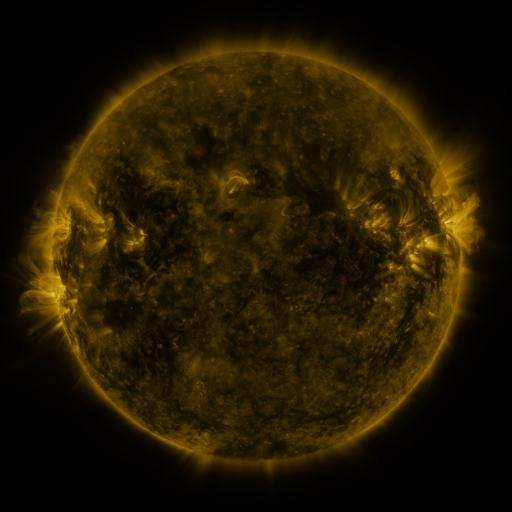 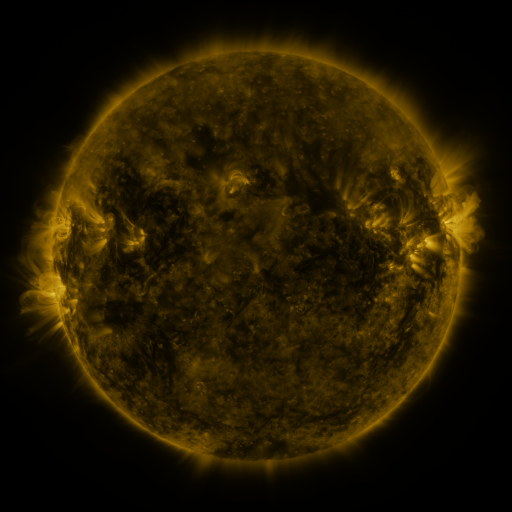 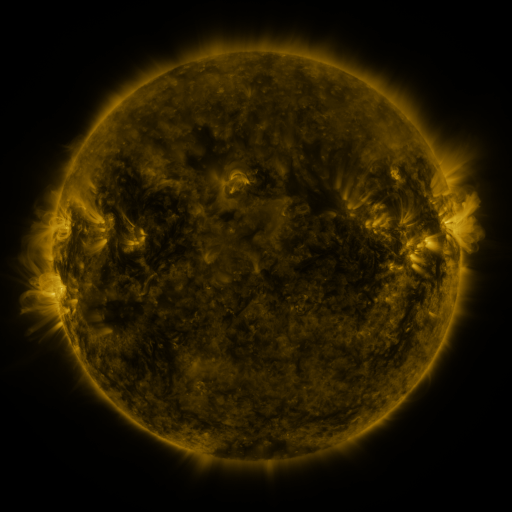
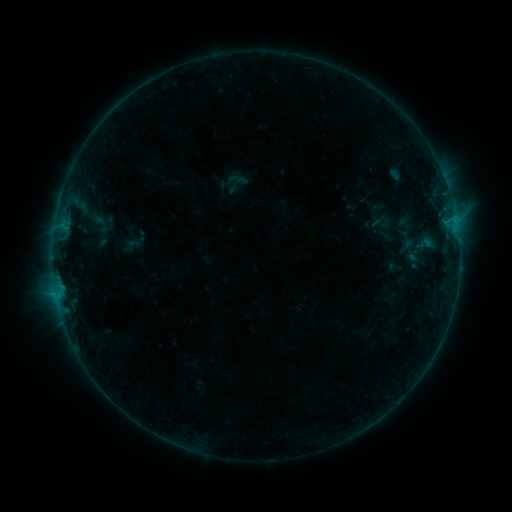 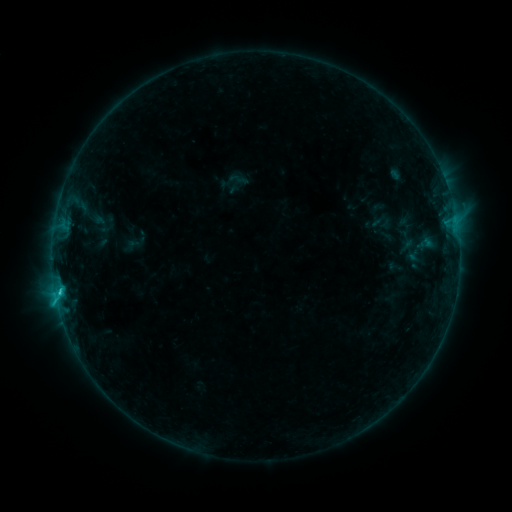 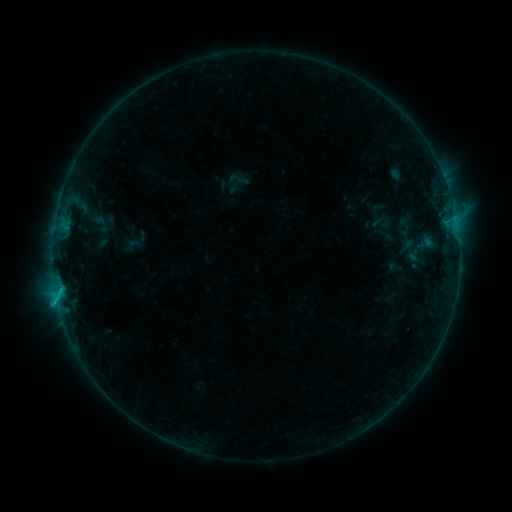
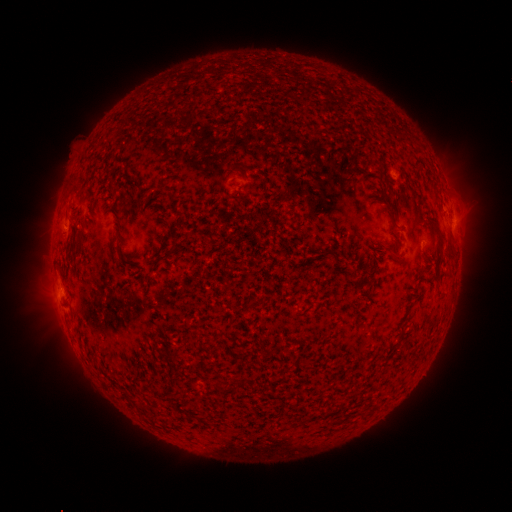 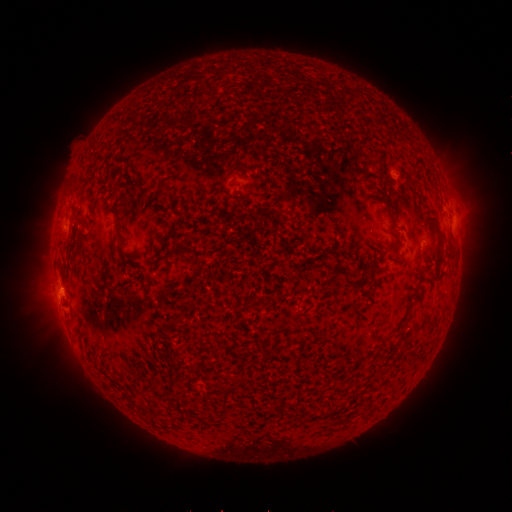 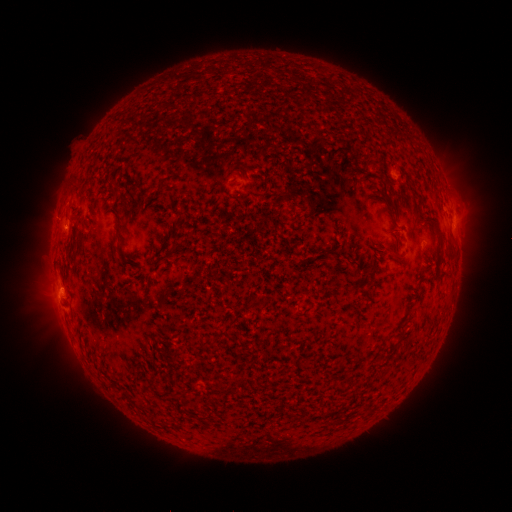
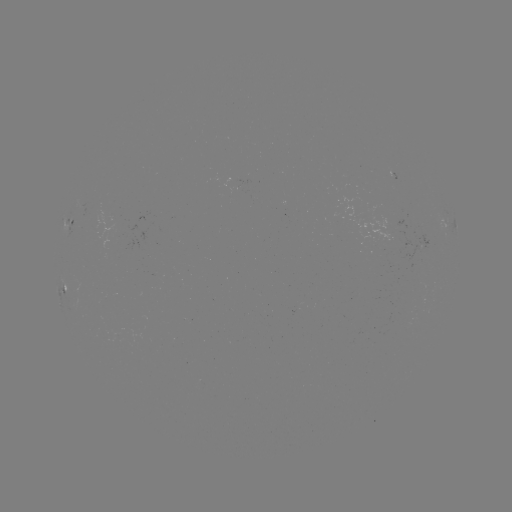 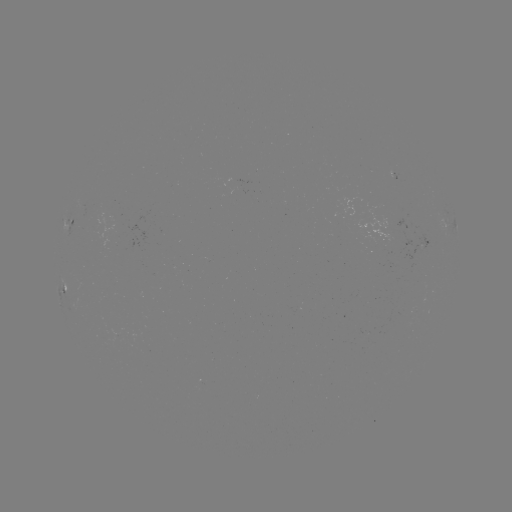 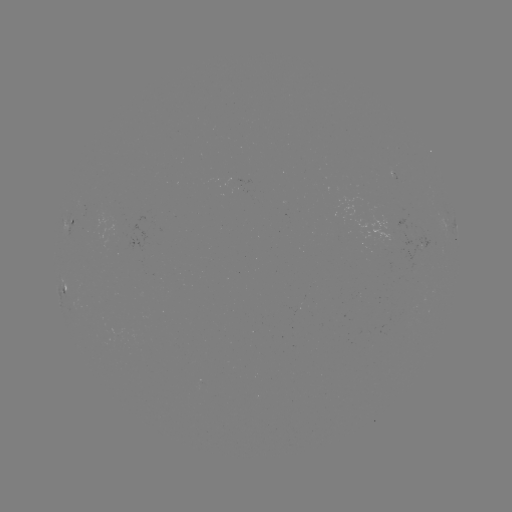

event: flare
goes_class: C1.0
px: (61, 288)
